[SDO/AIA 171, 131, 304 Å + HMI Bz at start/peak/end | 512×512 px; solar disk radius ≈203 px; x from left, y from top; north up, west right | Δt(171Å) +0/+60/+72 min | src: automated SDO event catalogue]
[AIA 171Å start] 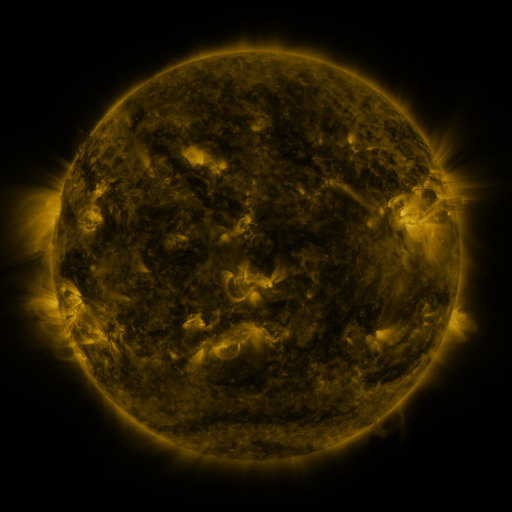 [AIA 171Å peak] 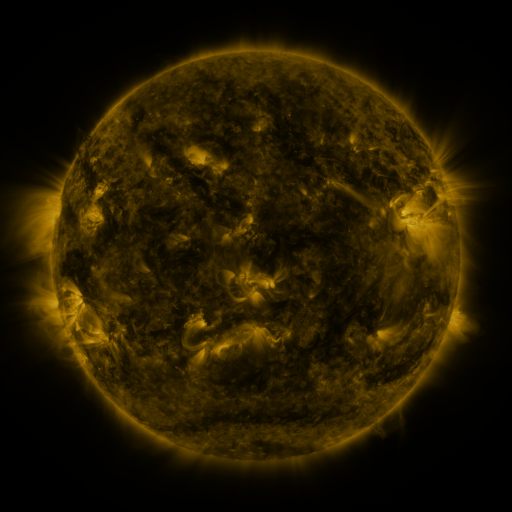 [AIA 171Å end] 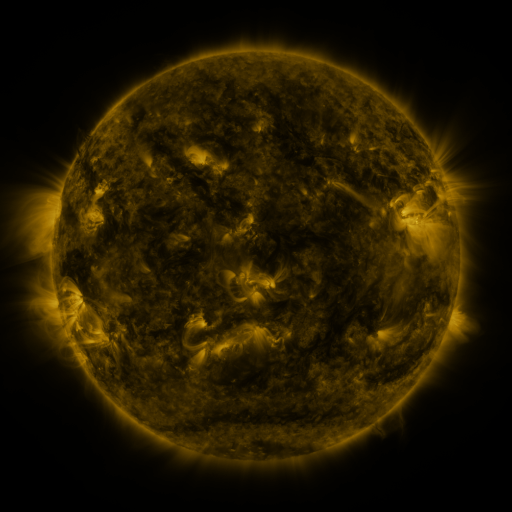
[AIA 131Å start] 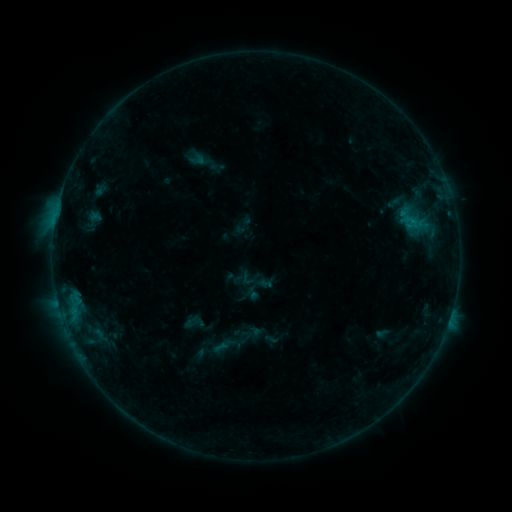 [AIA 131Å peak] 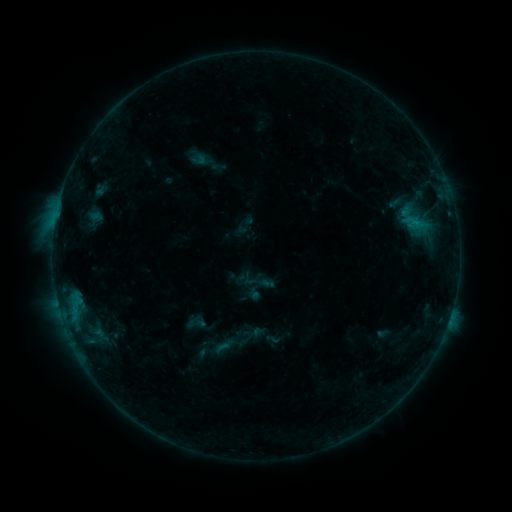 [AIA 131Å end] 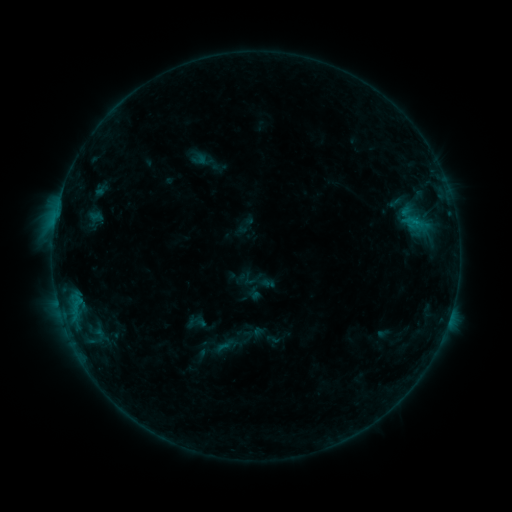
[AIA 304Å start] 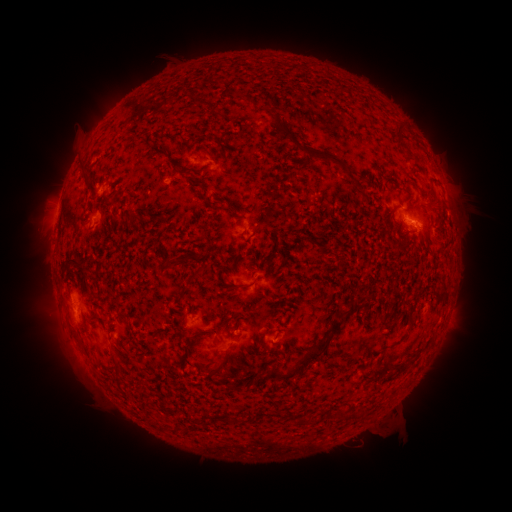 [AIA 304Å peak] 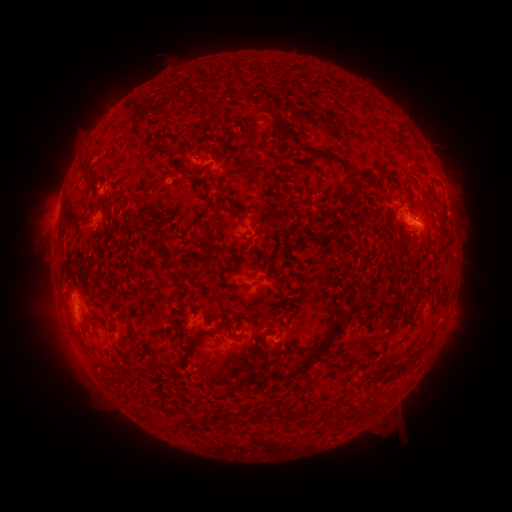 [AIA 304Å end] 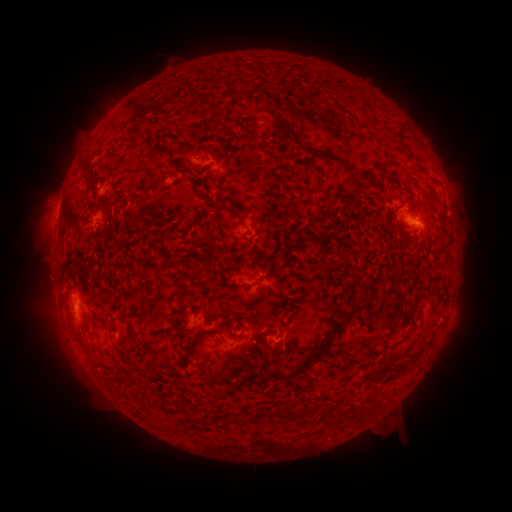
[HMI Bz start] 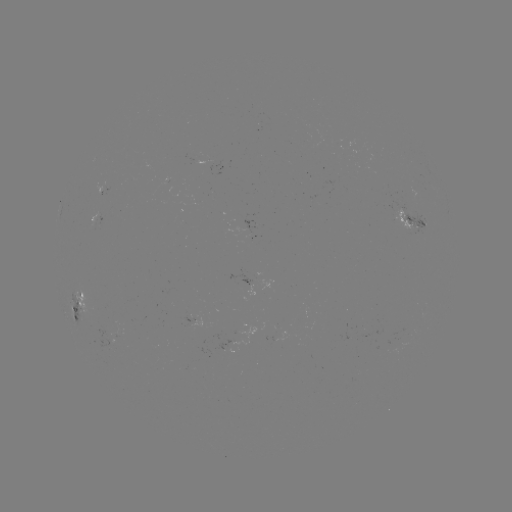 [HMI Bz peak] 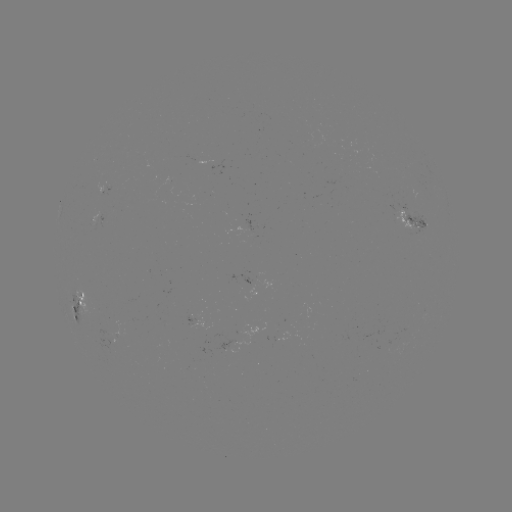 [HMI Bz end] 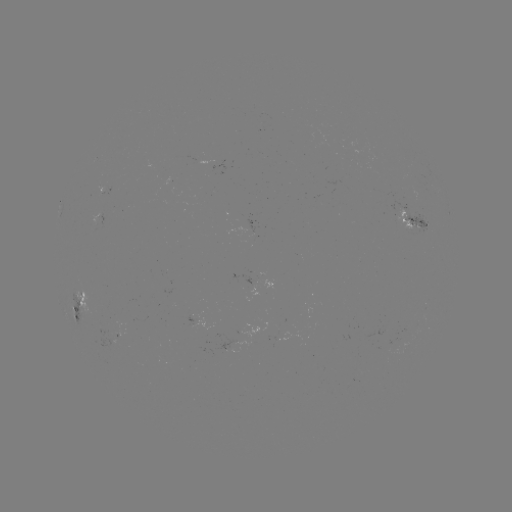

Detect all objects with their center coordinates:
emerging-flux region: (120, 334)
